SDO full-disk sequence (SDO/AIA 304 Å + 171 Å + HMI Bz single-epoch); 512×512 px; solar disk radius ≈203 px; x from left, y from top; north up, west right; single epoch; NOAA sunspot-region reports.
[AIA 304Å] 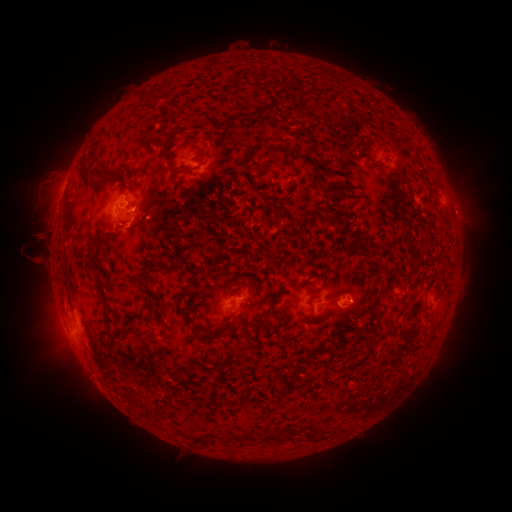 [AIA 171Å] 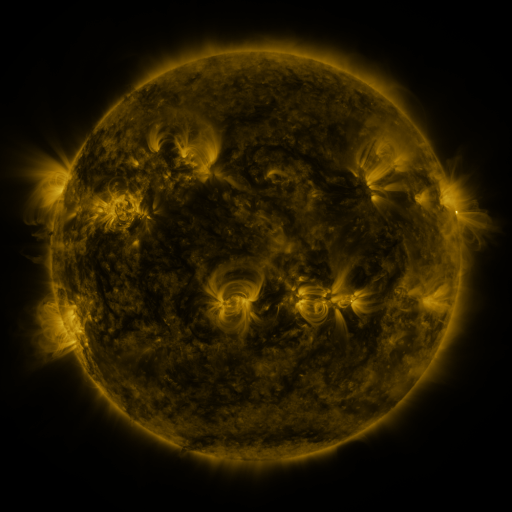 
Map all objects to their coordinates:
spotted active region: (401, 161)
spotted active region: (219, 175)
spotted active region: (134, 211)
spotted active region: (354, 298)
spotted active region: (76, 302)
spotted active region: (232, 303)
